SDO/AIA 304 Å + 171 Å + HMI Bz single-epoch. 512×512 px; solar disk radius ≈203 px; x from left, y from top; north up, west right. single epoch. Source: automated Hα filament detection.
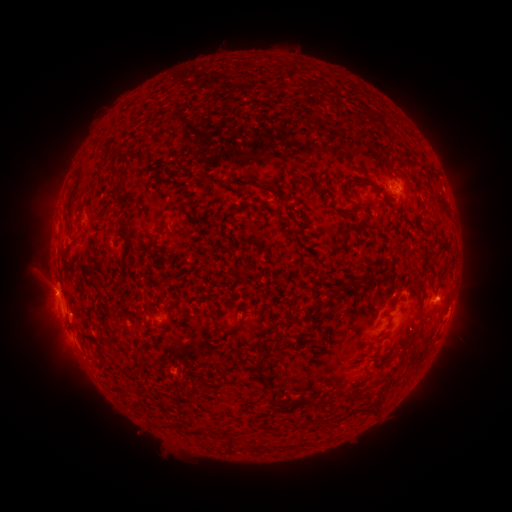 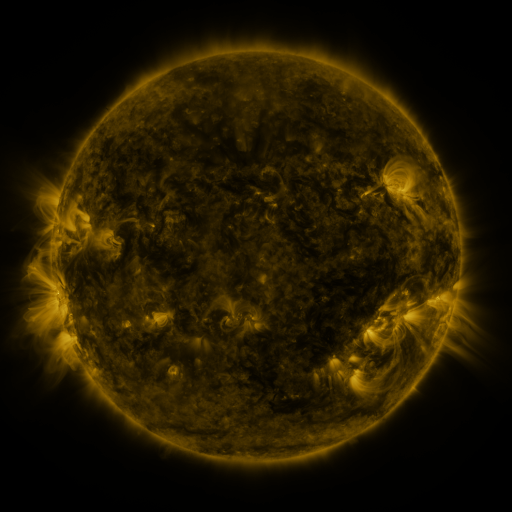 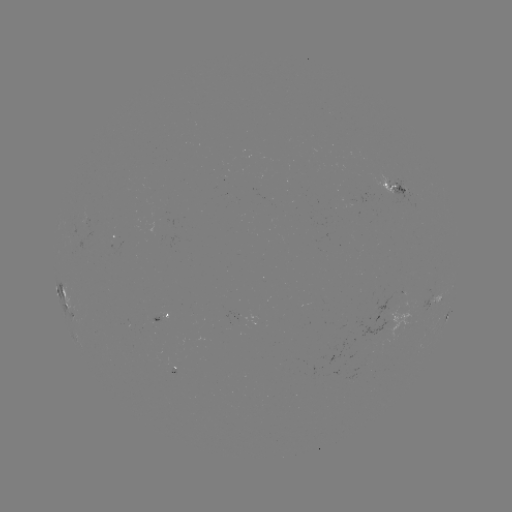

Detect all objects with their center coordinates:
filament: <bbox>121, 151, 147, 161</bbox>
filament: <bbox>206, 177, 252, 187</bbox>
filament: <bbox>359, 180, 372, 187</bbox>
filament: <bbox>260, 186, 275, 193</bbox>
filament: <bbox>334, 209, 357, 220</bbox>
filament: <bbox>327, 287, 340, 302</bbox>
filament: <bbox>313, 301, 321, 311</bbox>
filament: <bbox>100, 305, 117, 341</bbox>
filament: <bbox>225, 323, 240, 333</bbox>
filament: <bbox>386, 351, 395, 364</bbox>
filament: <bbox>253, 356, 266, 385</bbox>
filament: <bbox>357, 368, 368, 386</bbox>
filament: <bbox>266, 390, 280, 403</bbox>
